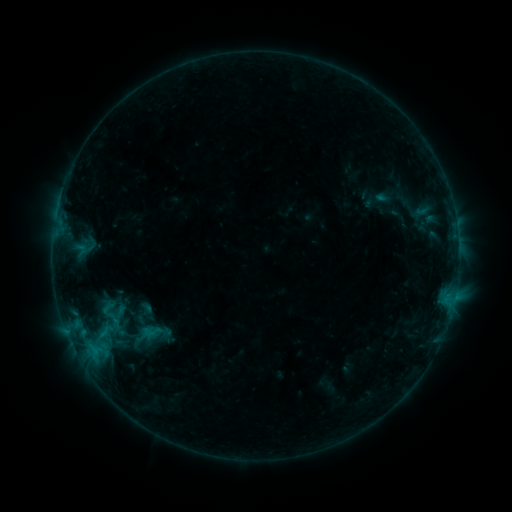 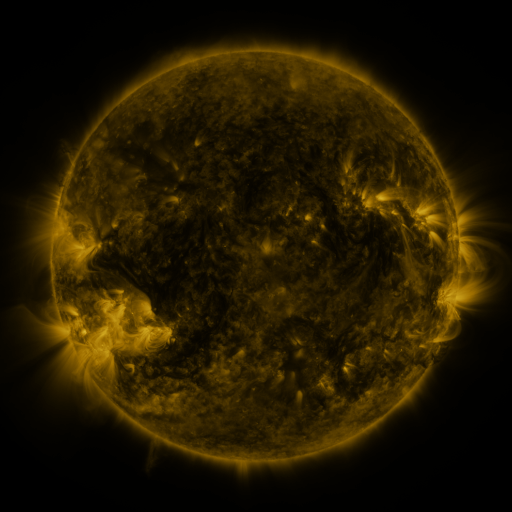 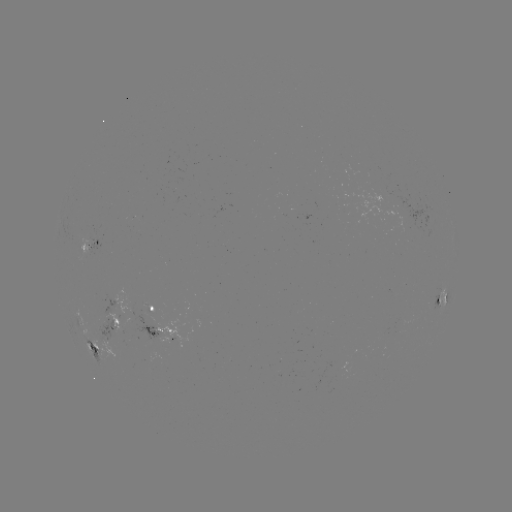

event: sigmoid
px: (109, 315)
